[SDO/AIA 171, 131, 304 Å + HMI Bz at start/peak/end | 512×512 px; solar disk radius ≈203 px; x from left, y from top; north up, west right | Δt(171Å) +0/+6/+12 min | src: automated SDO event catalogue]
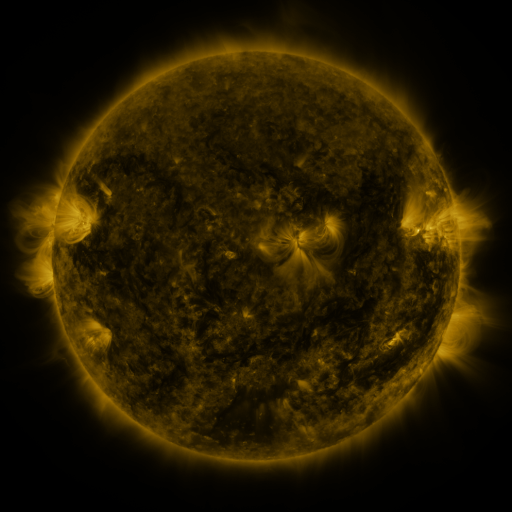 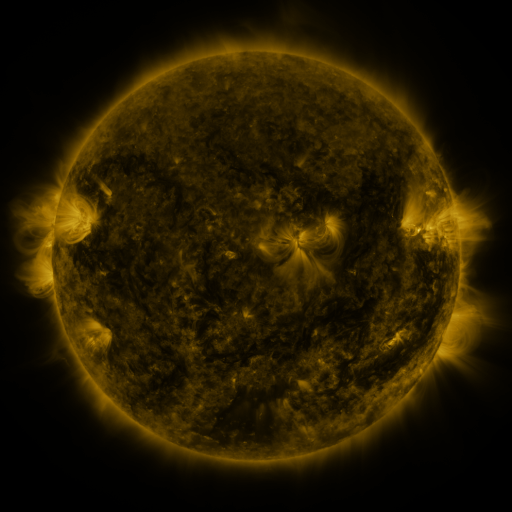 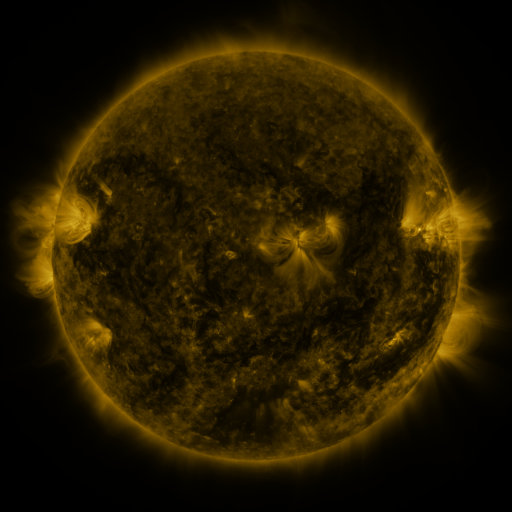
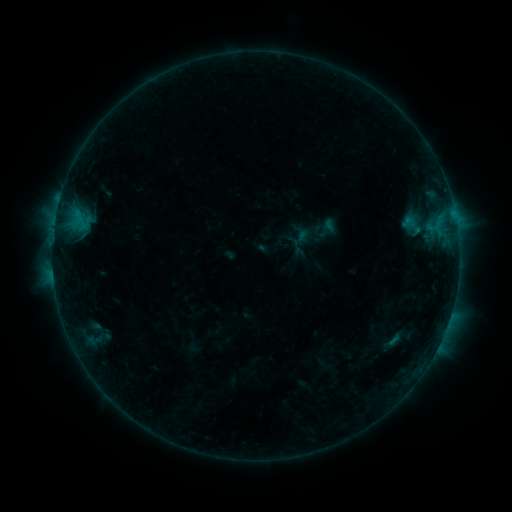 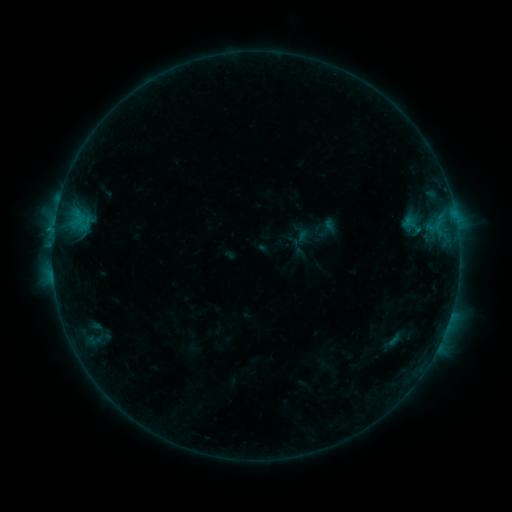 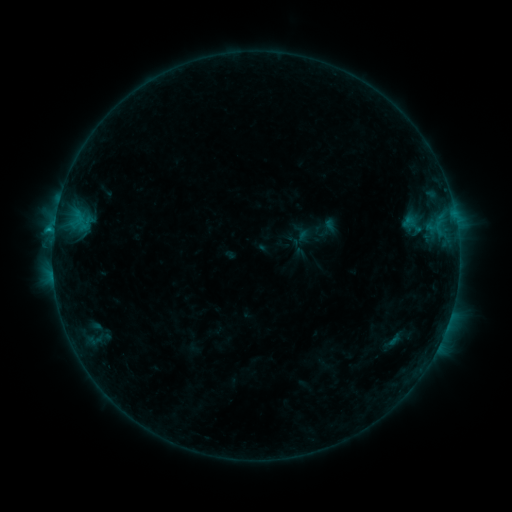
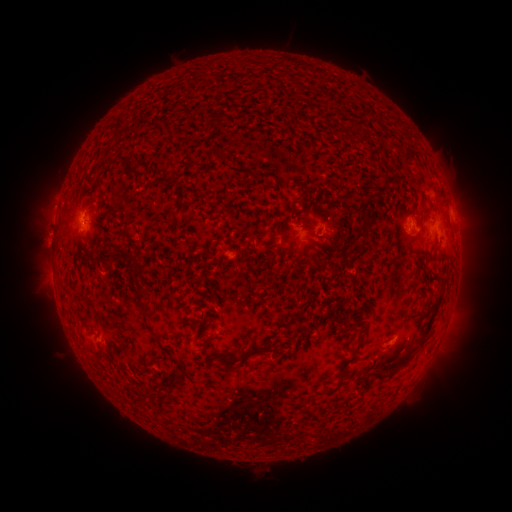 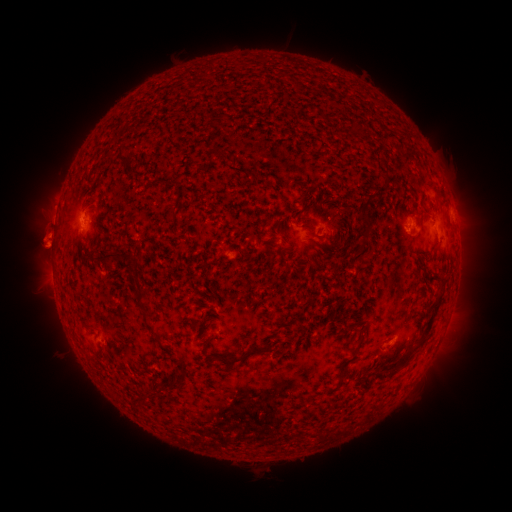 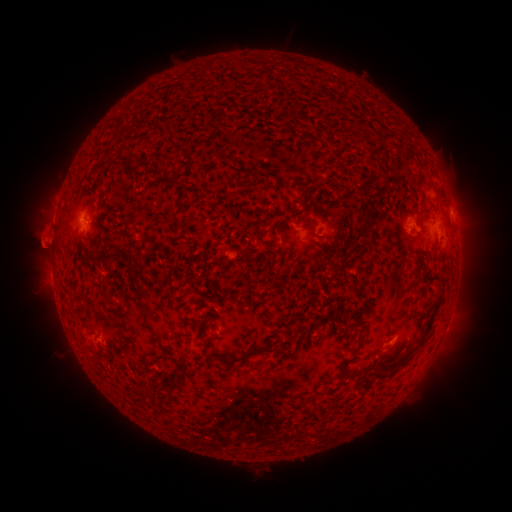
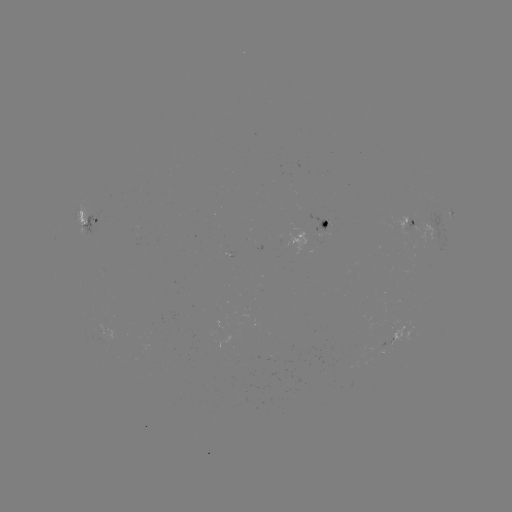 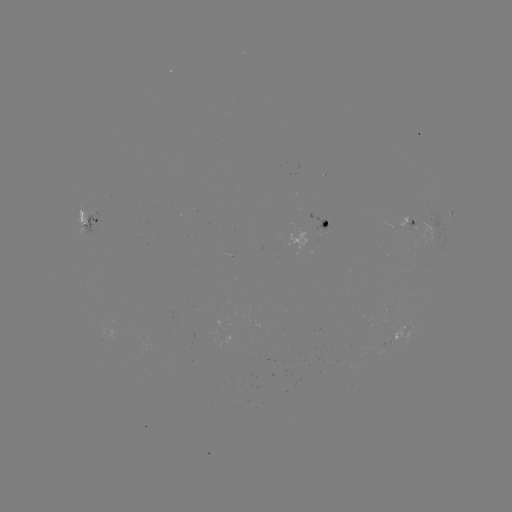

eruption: (14, 217, 70, 271)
